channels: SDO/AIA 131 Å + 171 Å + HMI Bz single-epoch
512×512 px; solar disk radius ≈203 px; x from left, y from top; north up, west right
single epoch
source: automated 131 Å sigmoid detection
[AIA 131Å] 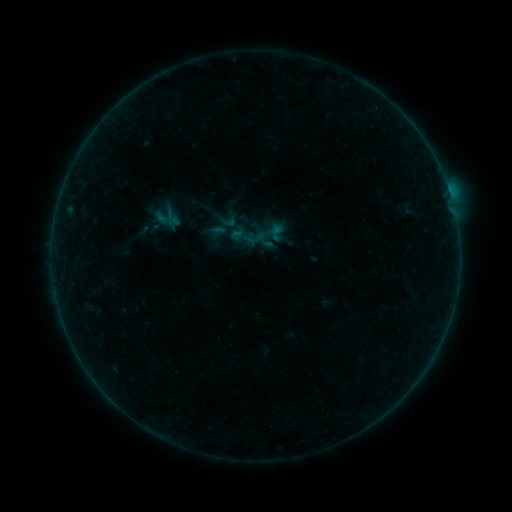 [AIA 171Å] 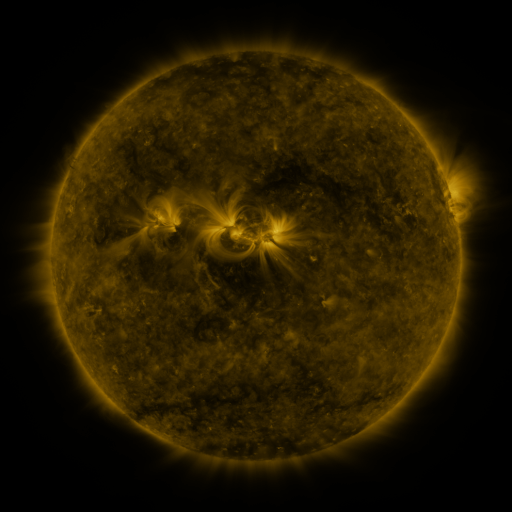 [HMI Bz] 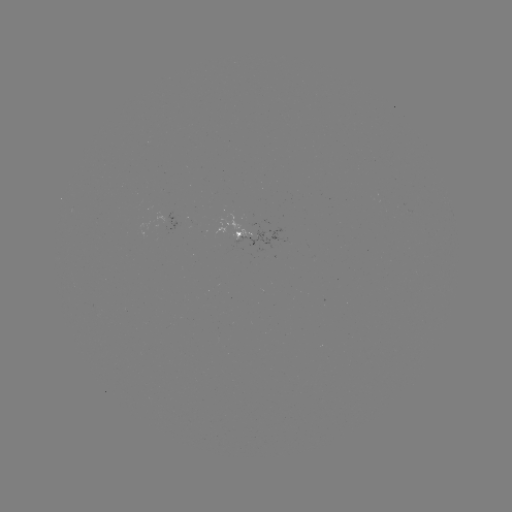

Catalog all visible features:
sigmoid: (227, 220)
